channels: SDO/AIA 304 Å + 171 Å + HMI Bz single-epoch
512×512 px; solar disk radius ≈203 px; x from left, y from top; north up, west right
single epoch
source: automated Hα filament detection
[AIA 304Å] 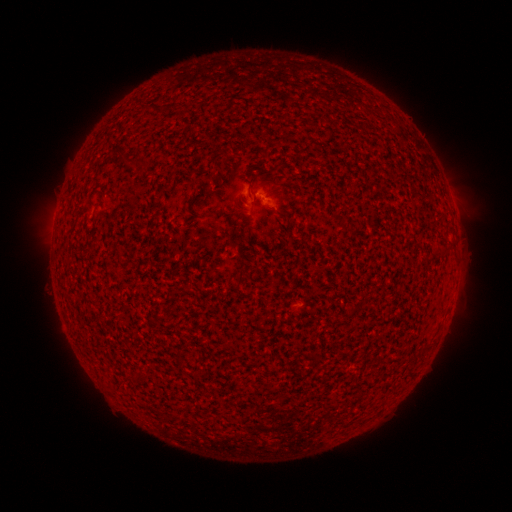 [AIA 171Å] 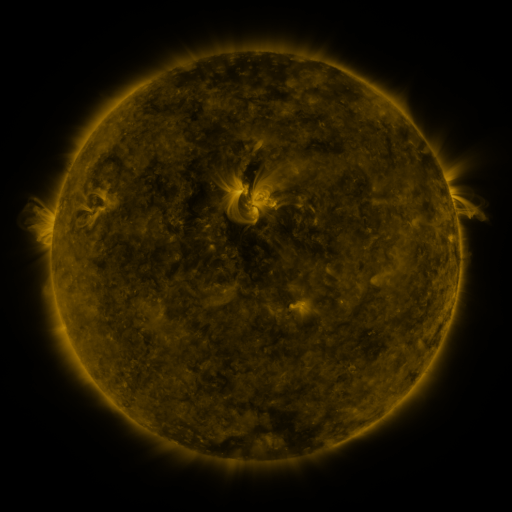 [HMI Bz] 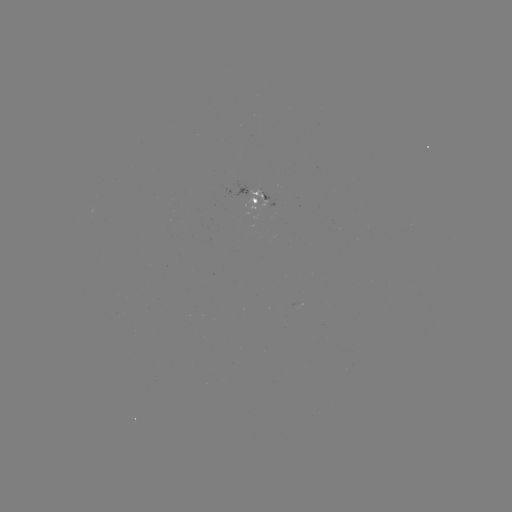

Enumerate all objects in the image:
filament: [123, 157, 141, 167]
filament: [235, 270, 245, 285]
